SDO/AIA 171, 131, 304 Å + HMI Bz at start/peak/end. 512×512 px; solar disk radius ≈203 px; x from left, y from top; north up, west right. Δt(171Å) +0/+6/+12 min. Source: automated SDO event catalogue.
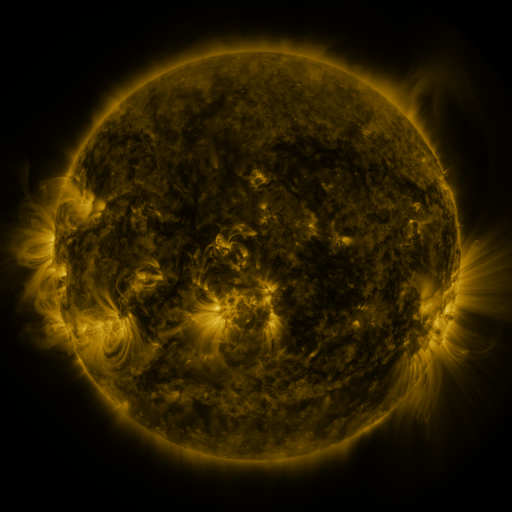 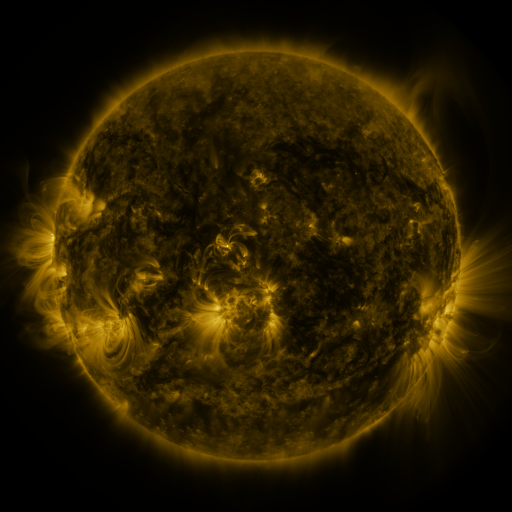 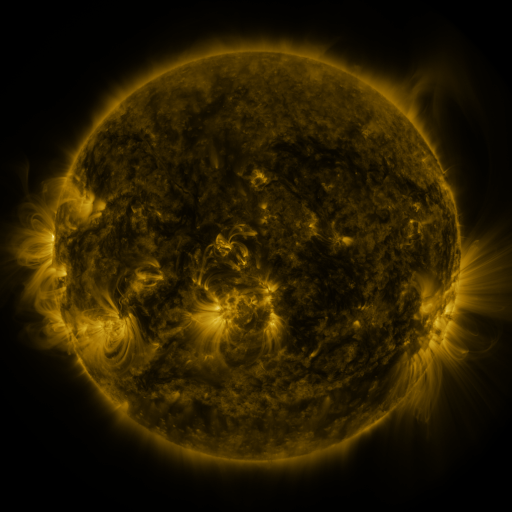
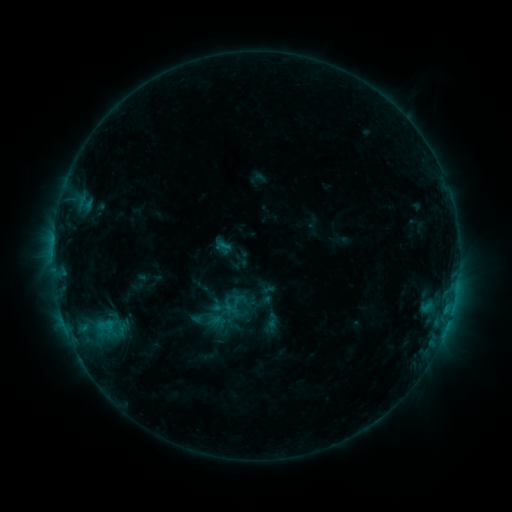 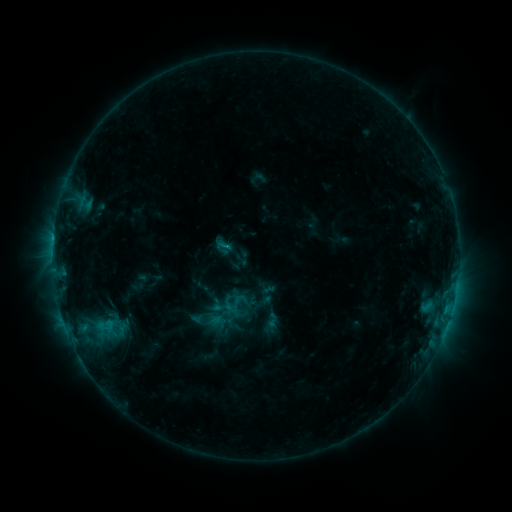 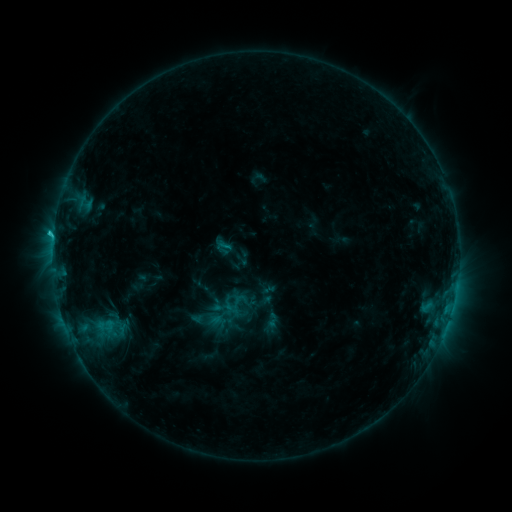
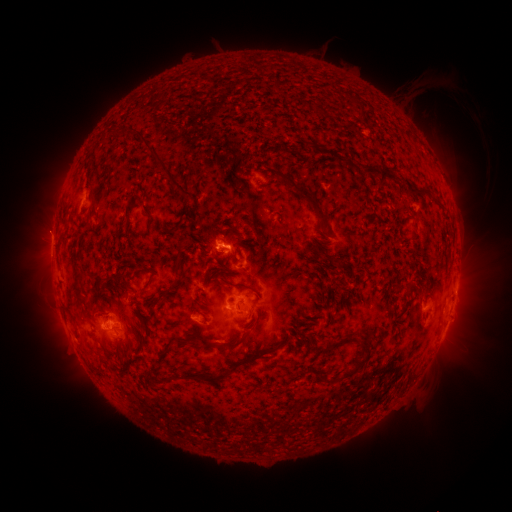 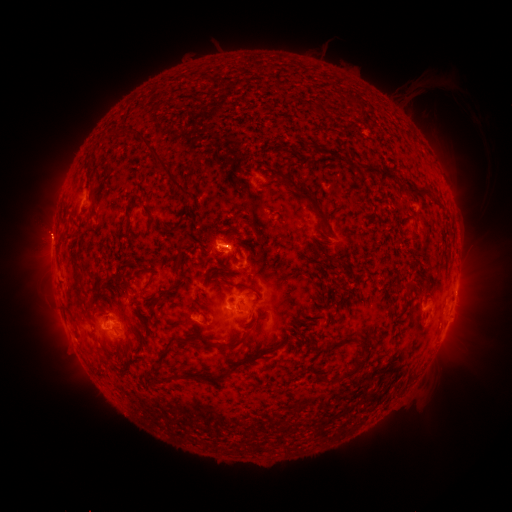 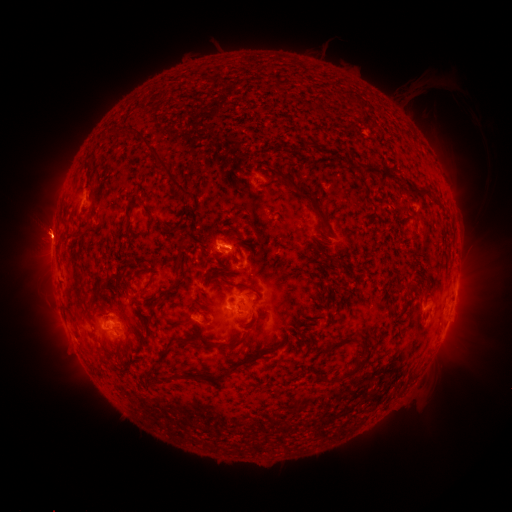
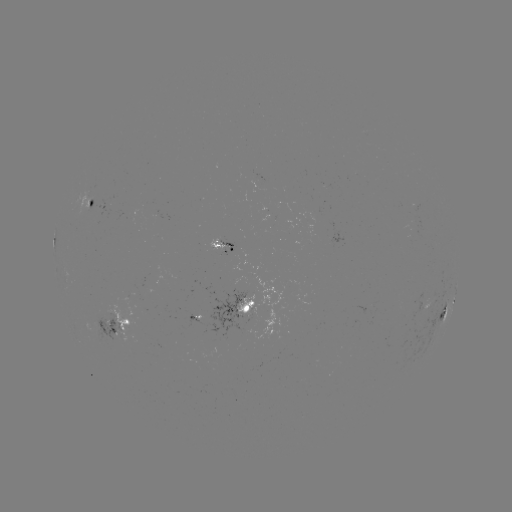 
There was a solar flare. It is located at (220, 247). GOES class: C1.7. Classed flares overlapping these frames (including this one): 2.